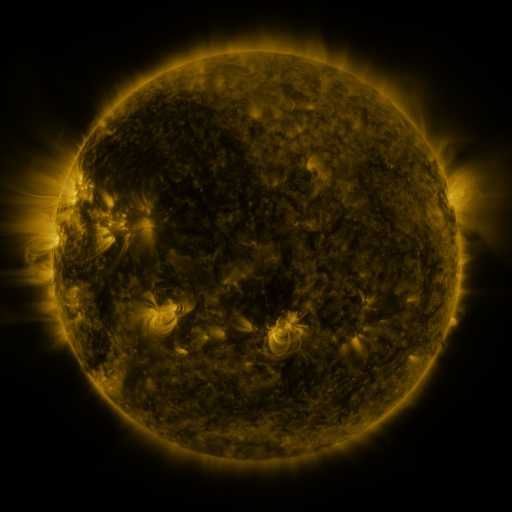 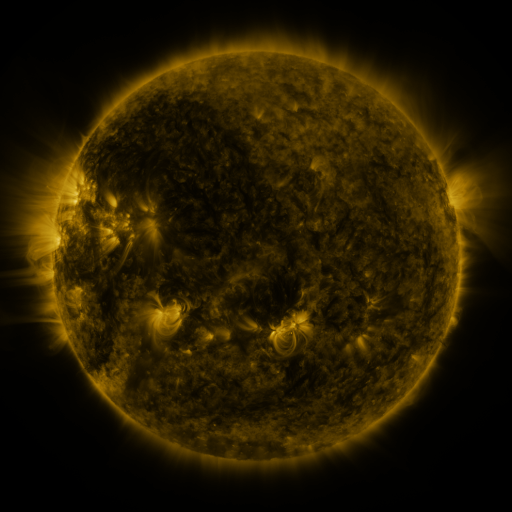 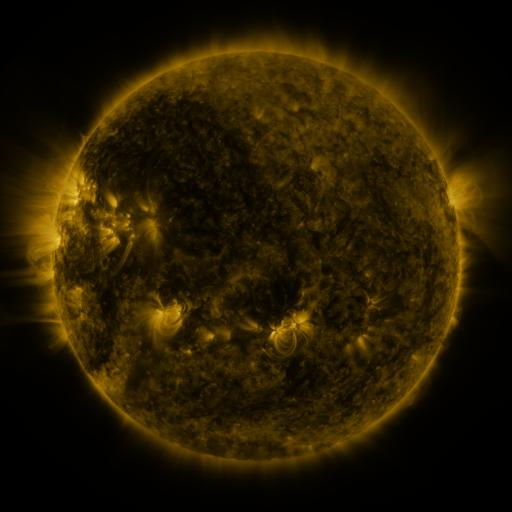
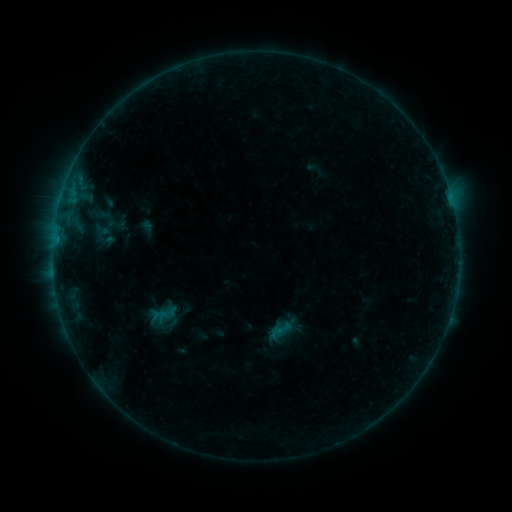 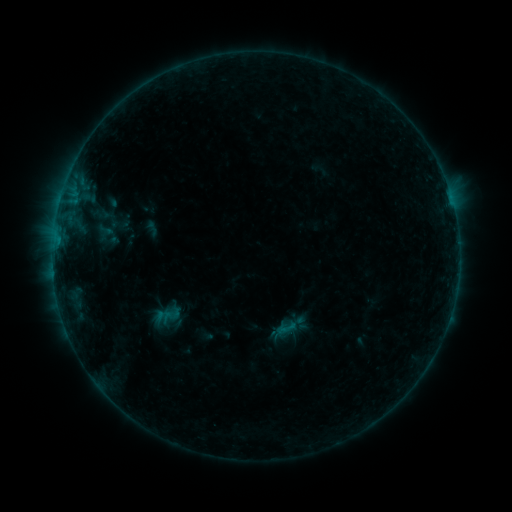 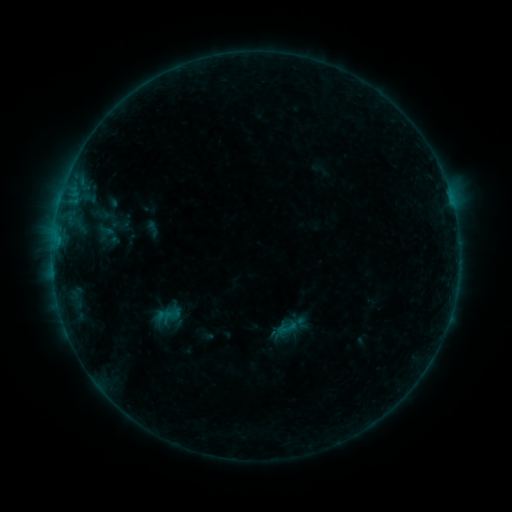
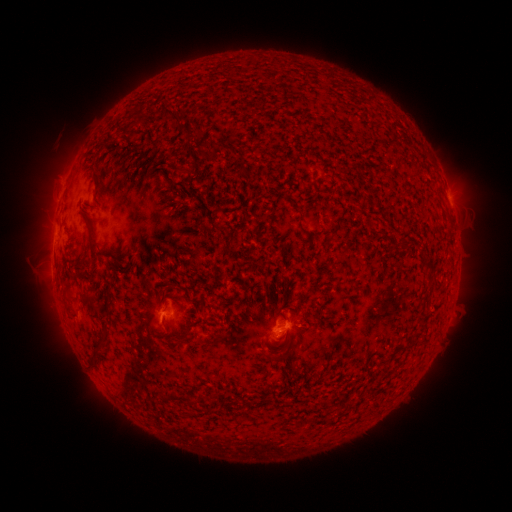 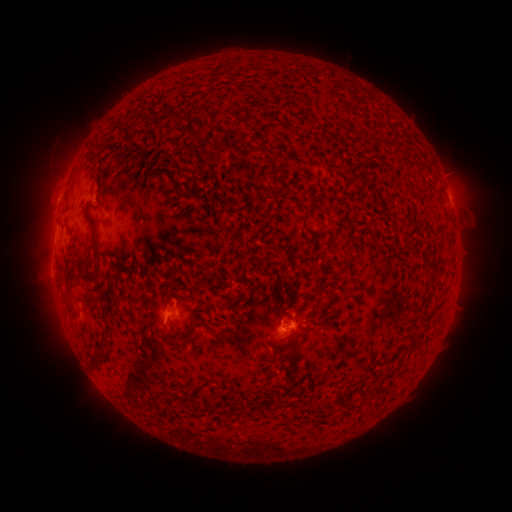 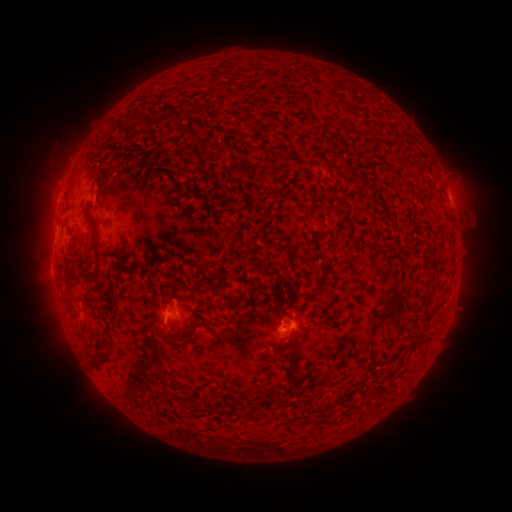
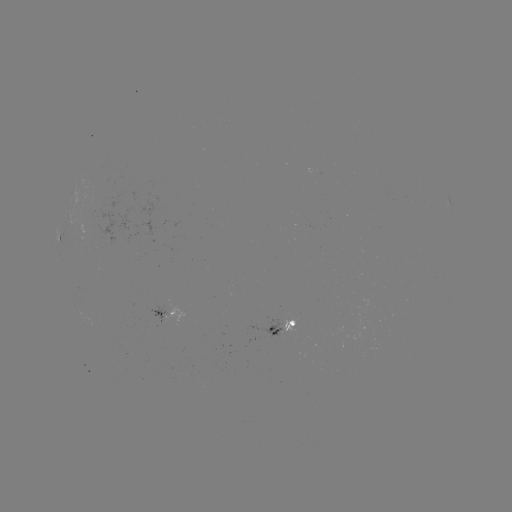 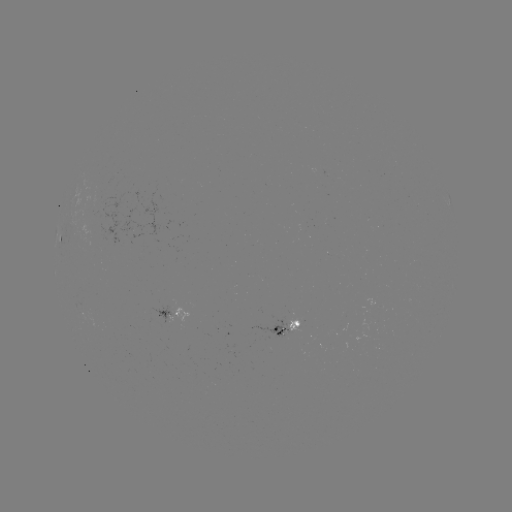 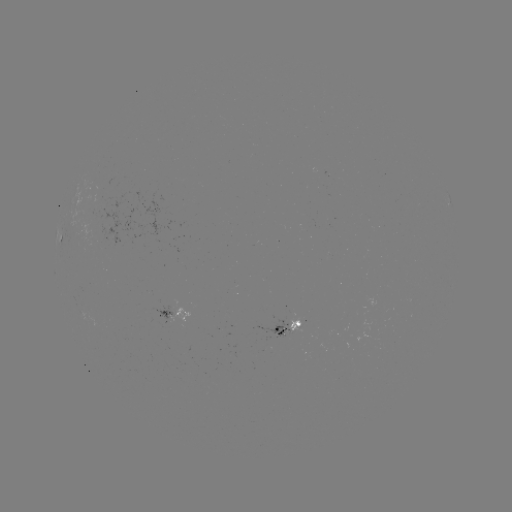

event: emerging-flux region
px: (291, 327)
